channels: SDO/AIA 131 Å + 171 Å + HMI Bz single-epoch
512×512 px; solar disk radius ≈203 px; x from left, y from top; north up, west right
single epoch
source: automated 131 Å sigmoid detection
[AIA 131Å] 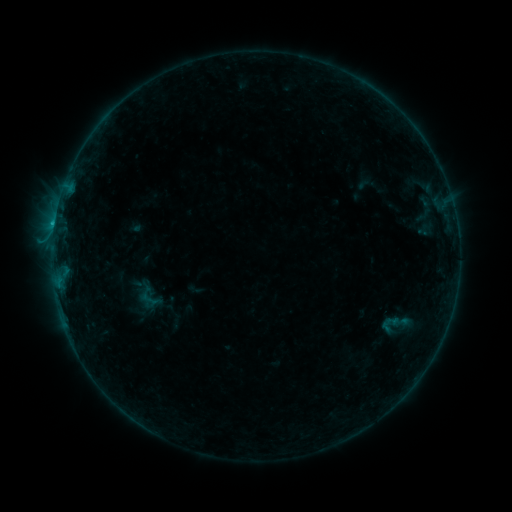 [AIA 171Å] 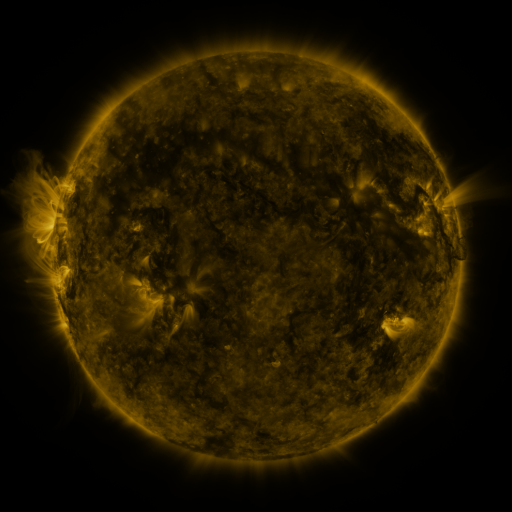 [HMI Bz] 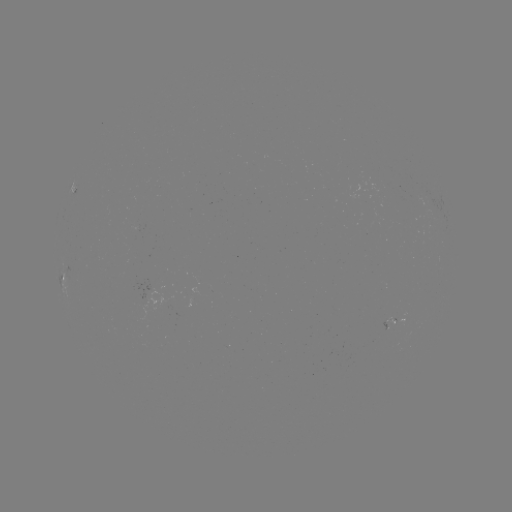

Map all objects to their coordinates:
sigmoid: <bbox>138, 288, 161, 310</bbox>
sigmoid: <bbox>378, 307, 414, 342</bbox>
